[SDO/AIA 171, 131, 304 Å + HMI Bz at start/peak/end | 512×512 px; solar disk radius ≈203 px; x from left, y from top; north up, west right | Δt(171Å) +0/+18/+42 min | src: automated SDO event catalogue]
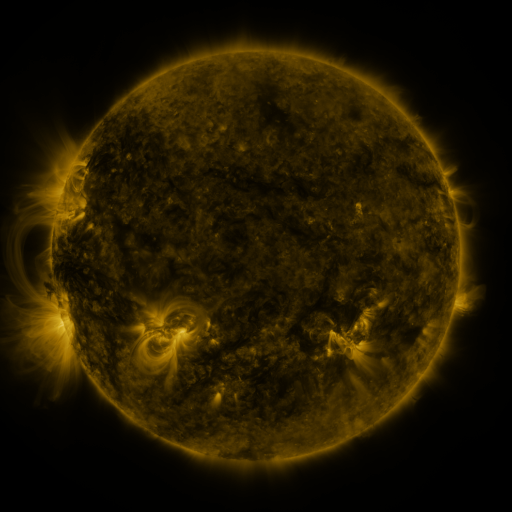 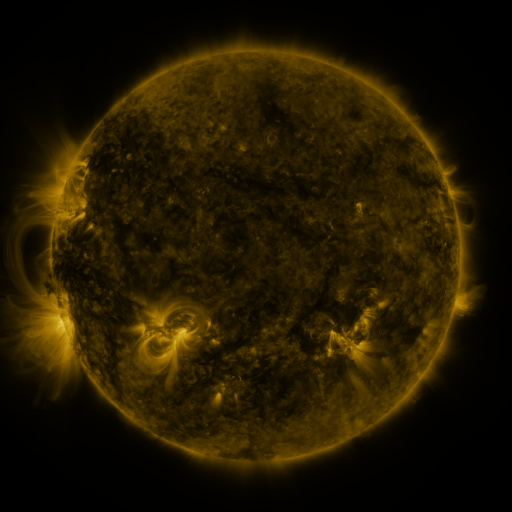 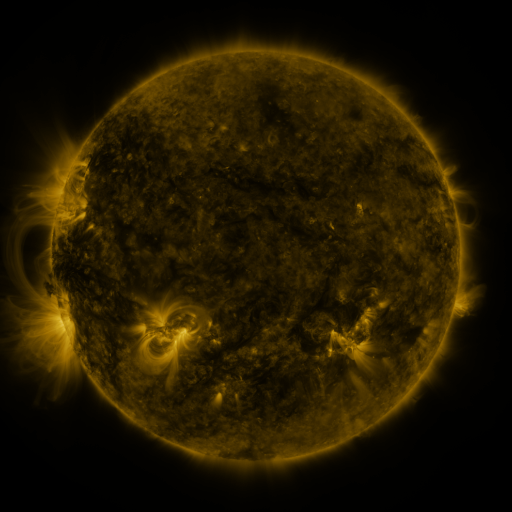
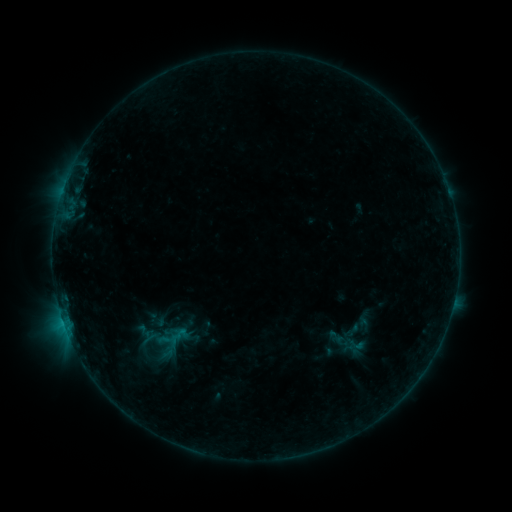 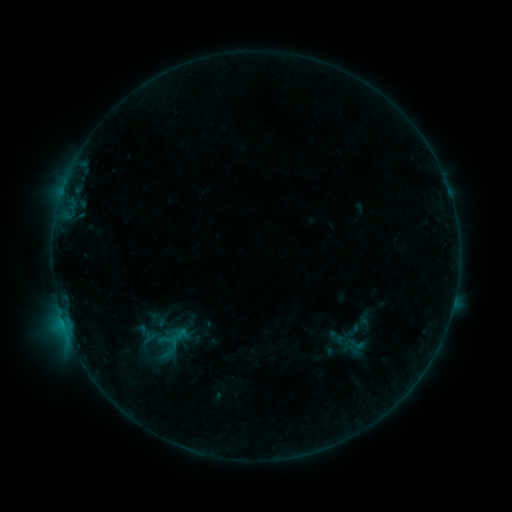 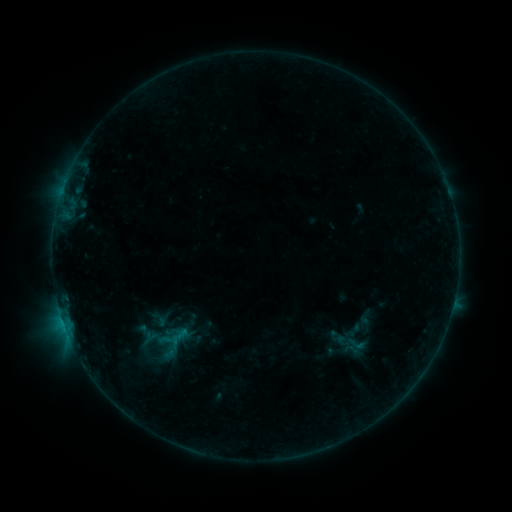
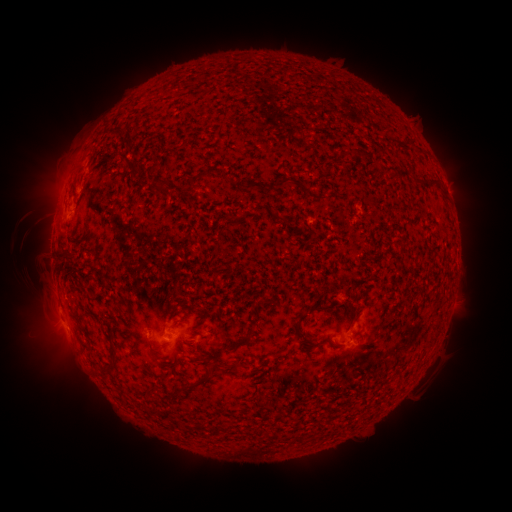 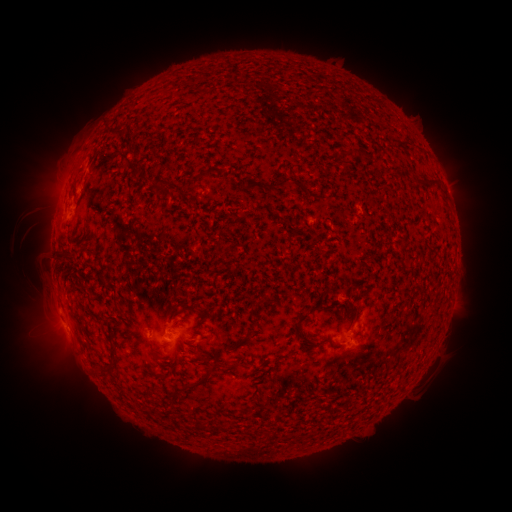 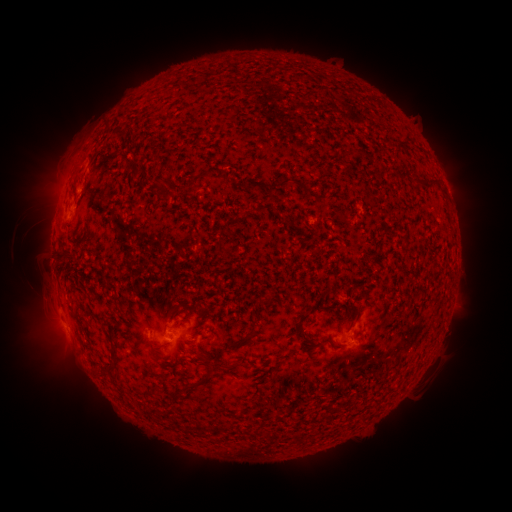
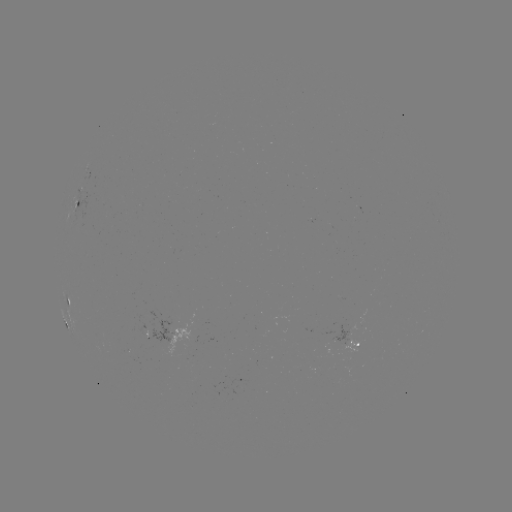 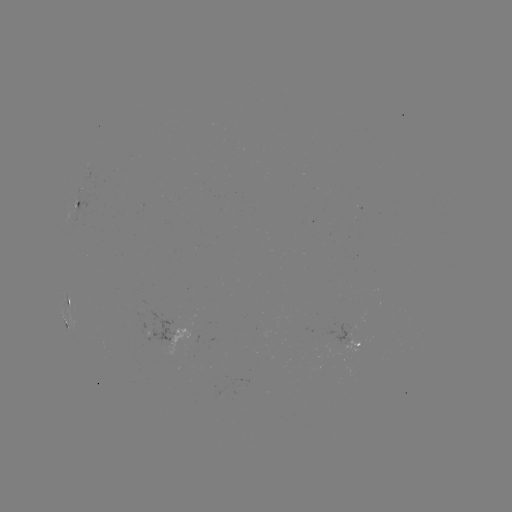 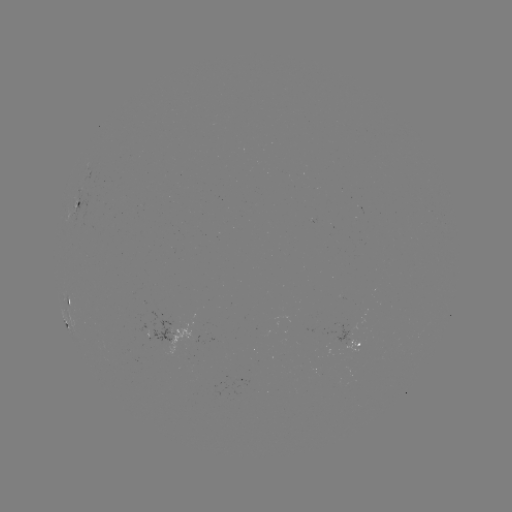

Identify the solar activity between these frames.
no catalogued flare and no flagged EUV brightening in this window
